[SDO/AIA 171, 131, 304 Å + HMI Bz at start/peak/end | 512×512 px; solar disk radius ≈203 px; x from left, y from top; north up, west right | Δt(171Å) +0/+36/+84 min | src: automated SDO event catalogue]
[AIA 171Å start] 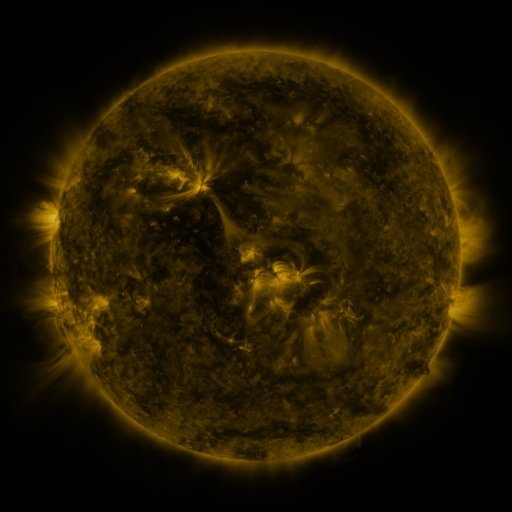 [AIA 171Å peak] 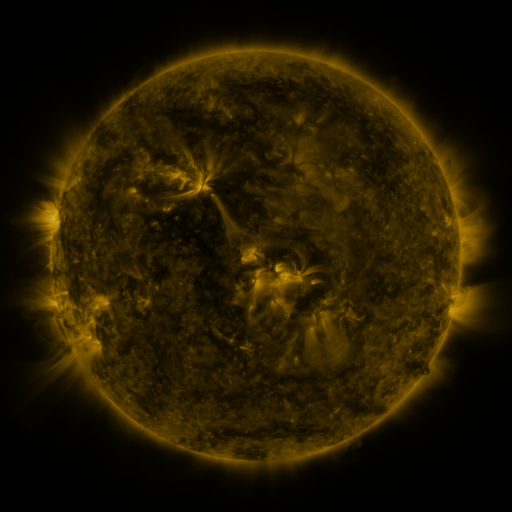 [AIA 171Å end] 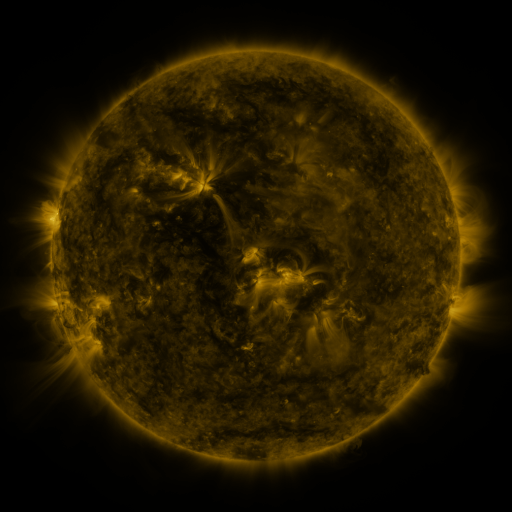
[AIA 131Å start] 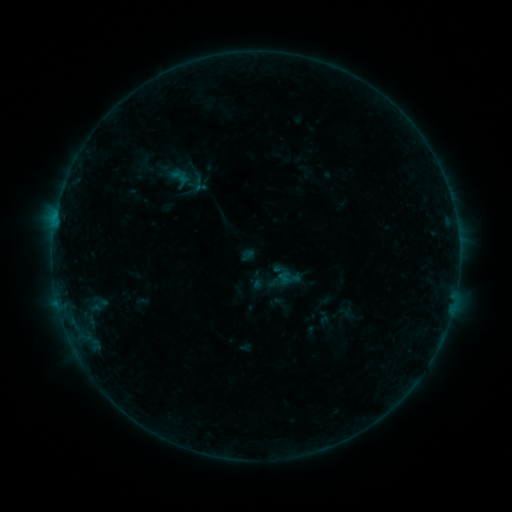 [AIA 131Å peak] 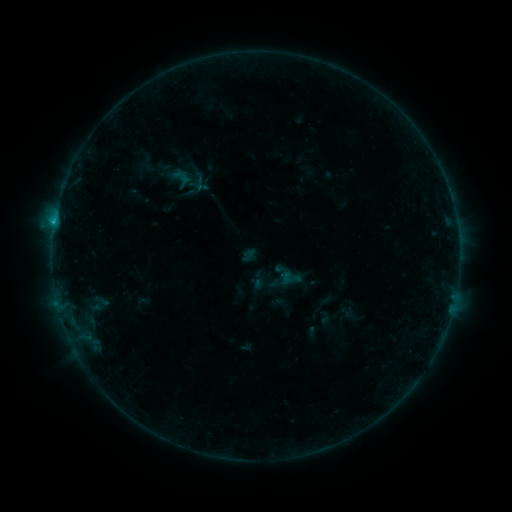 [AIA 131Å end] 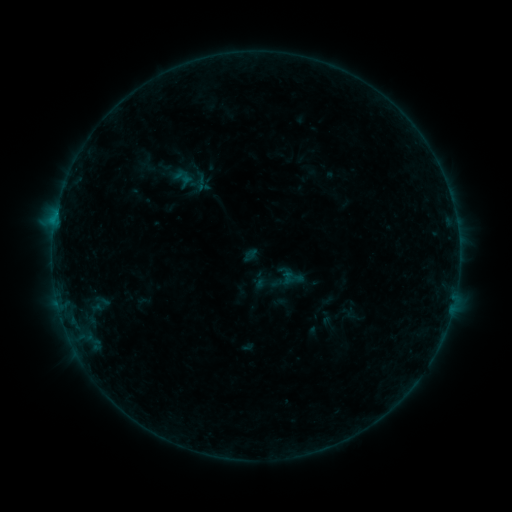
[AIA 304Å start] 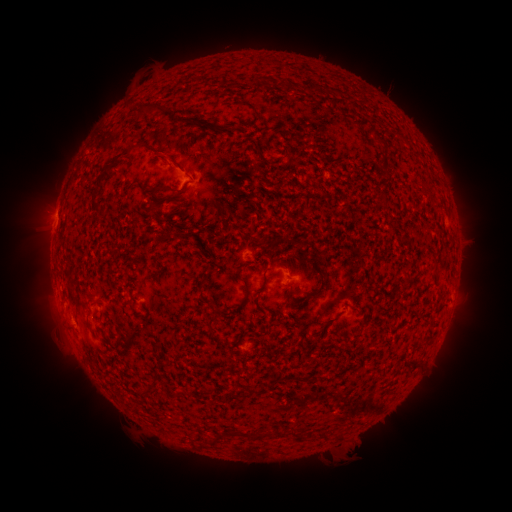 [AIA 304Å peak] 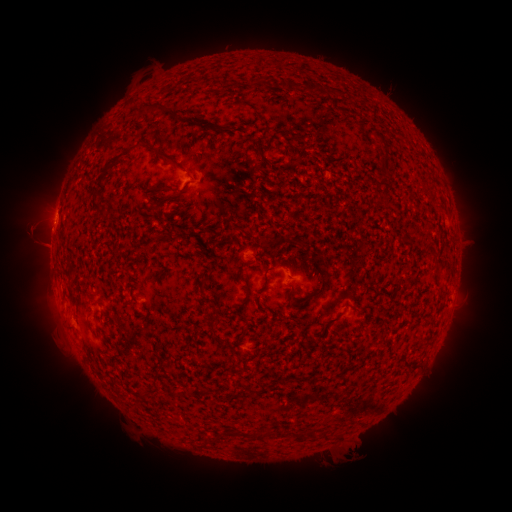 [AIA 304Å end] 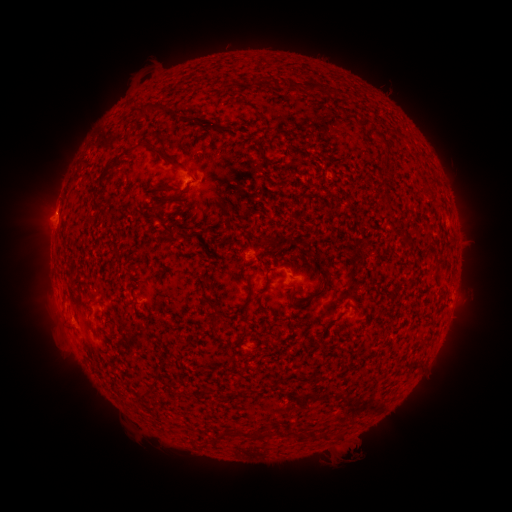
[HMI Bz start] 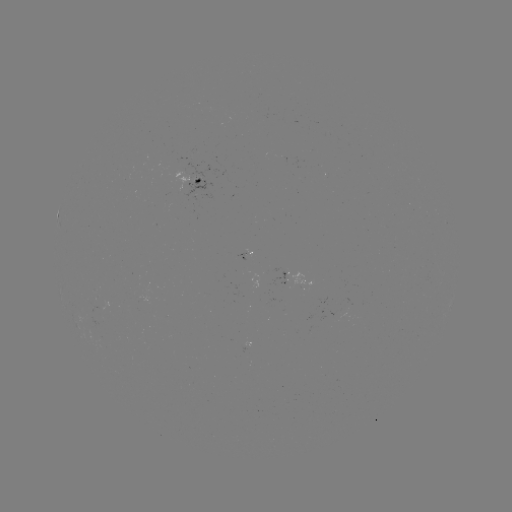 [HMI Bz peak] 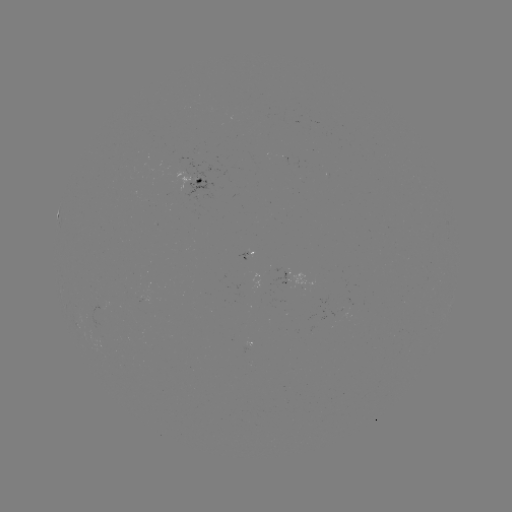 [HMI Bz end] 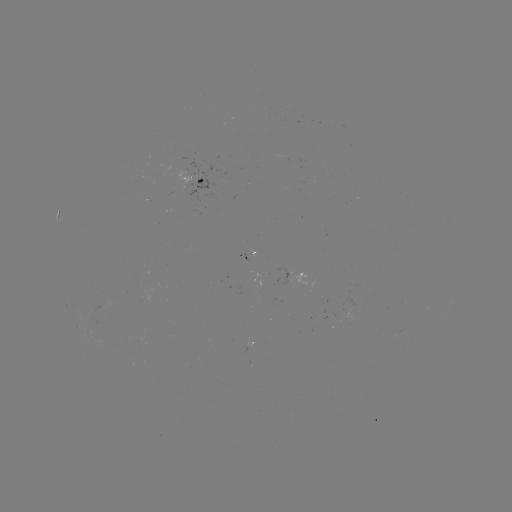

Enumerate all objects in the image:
B5.3 flare: (55, 223)
